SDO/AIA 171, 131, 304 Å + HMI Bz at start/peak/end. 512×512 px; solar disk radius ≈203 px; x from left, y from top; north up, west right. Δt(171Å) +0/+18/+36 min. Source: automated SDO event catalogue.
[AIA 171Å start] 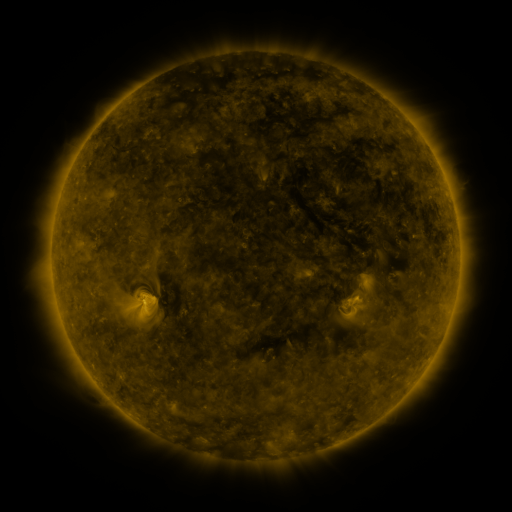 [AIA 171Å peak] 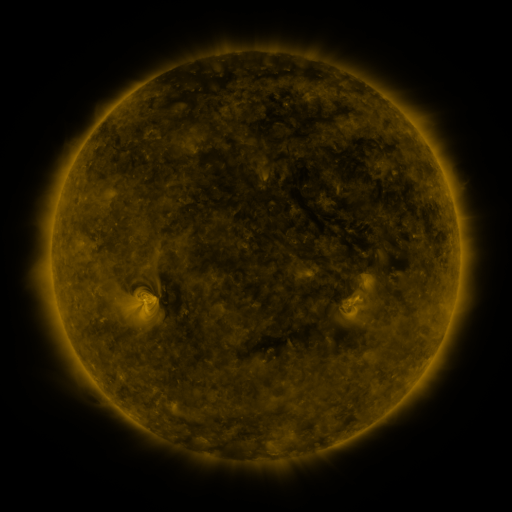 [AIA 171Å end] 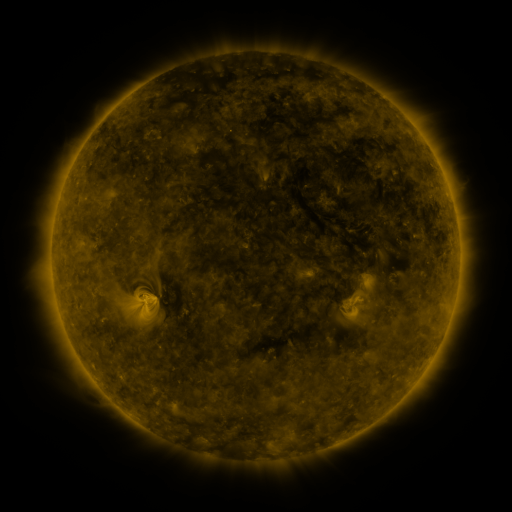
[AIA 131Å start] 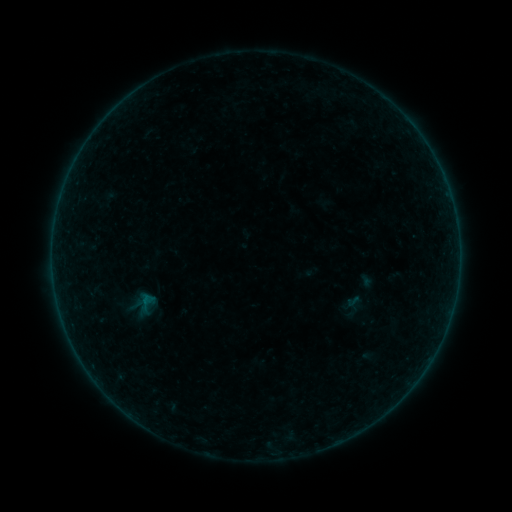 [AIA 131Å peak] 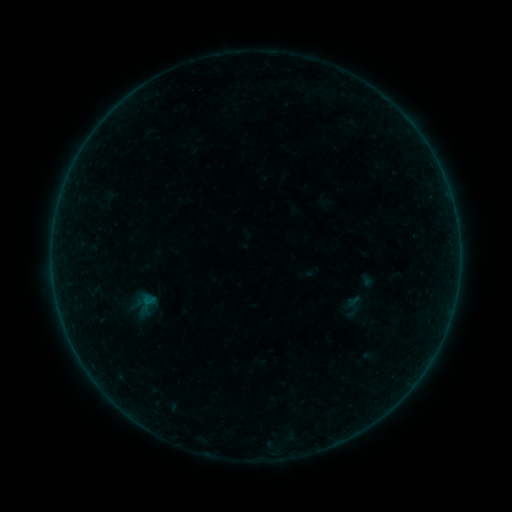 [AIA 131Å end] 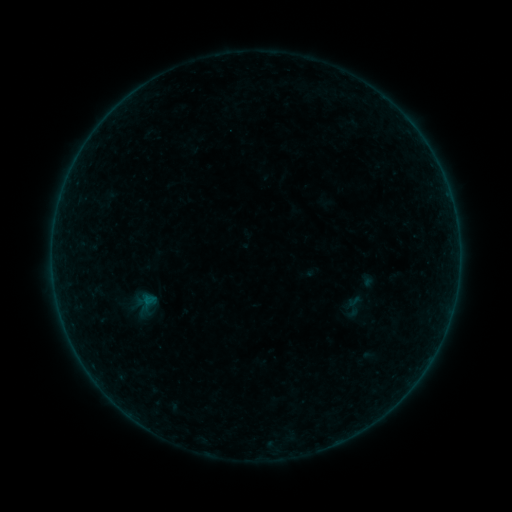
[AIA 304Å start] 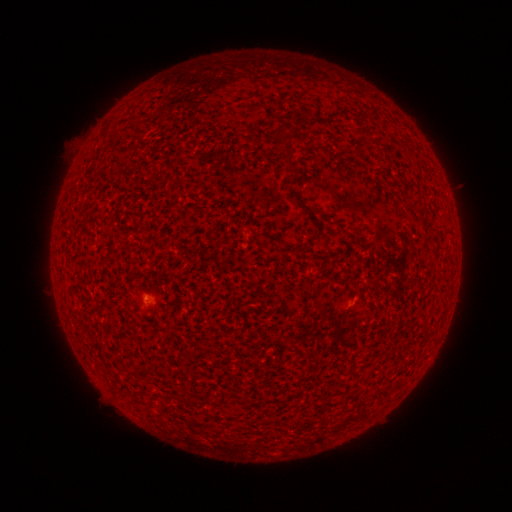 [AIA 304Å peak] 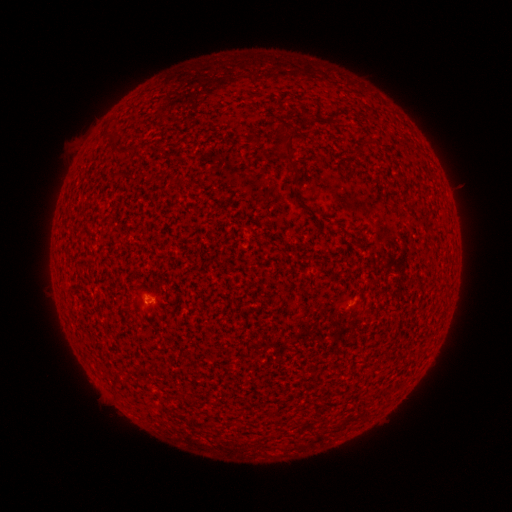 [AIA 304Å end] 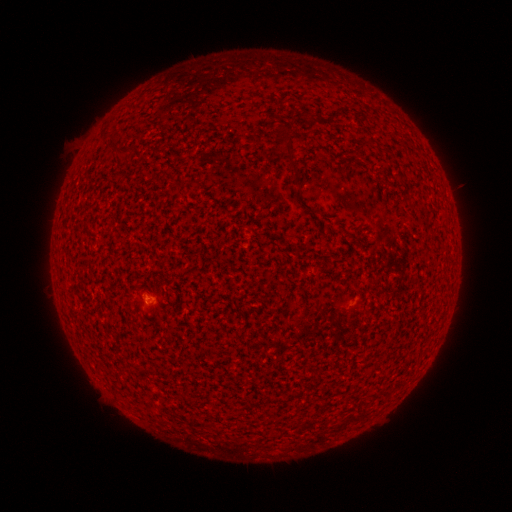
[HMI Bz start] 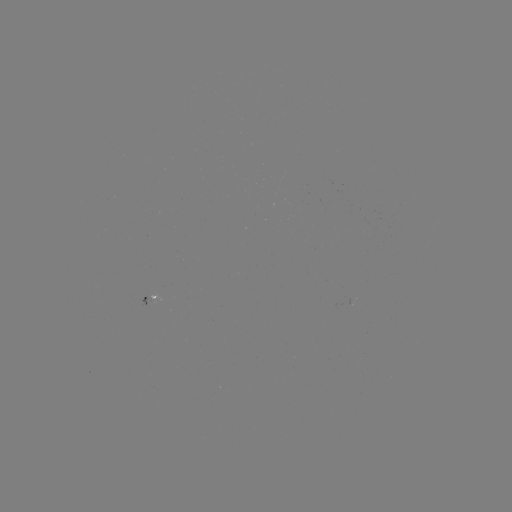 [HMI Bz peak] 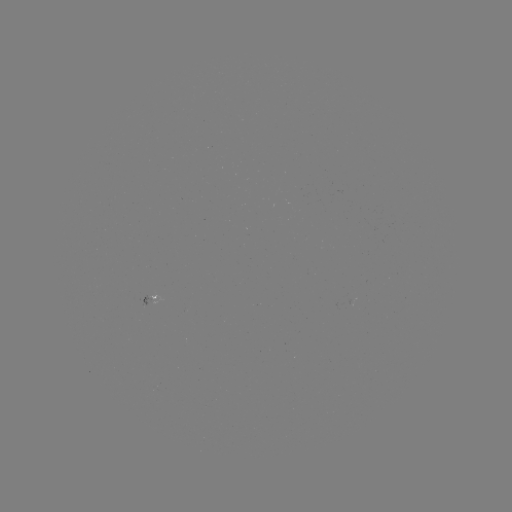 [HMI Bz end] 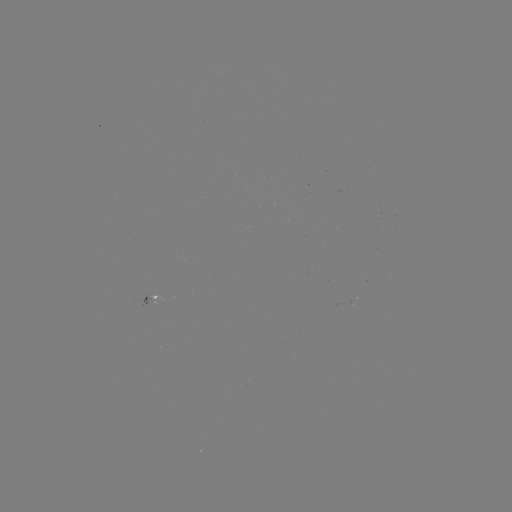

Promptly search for A5.6 flare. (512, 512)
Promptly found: [148, 301].